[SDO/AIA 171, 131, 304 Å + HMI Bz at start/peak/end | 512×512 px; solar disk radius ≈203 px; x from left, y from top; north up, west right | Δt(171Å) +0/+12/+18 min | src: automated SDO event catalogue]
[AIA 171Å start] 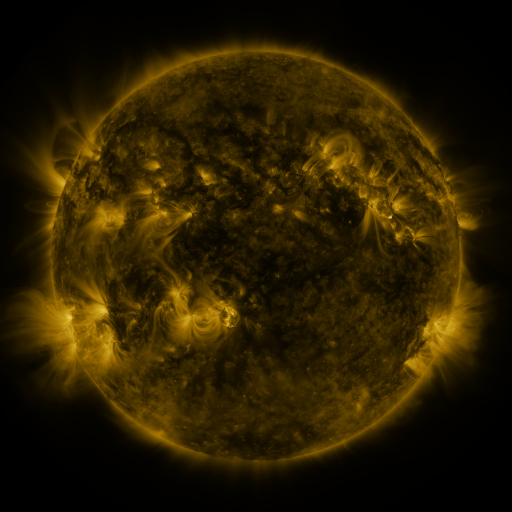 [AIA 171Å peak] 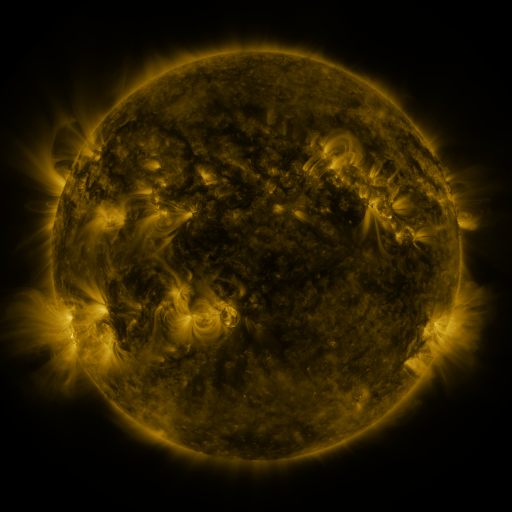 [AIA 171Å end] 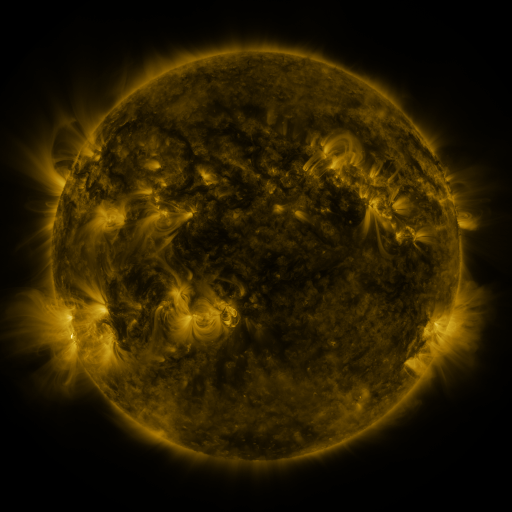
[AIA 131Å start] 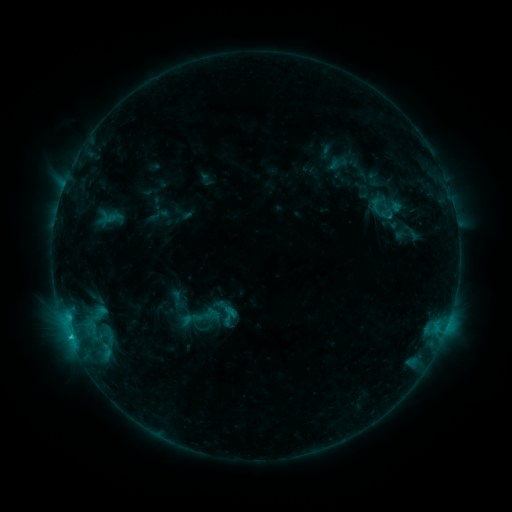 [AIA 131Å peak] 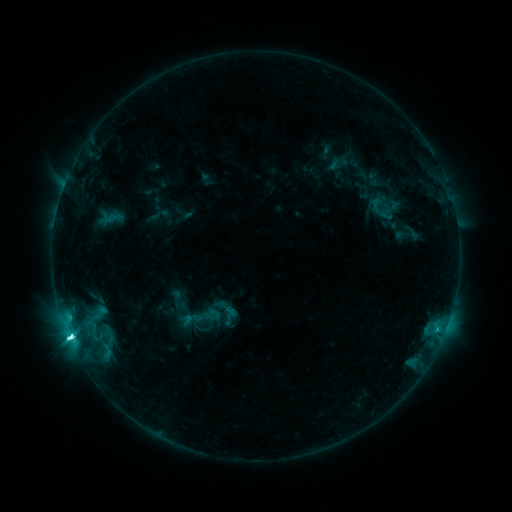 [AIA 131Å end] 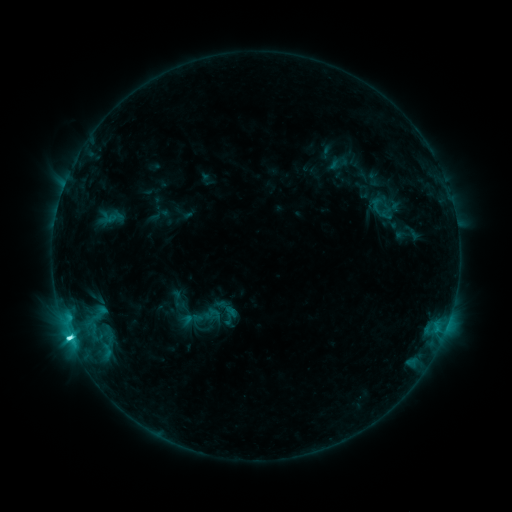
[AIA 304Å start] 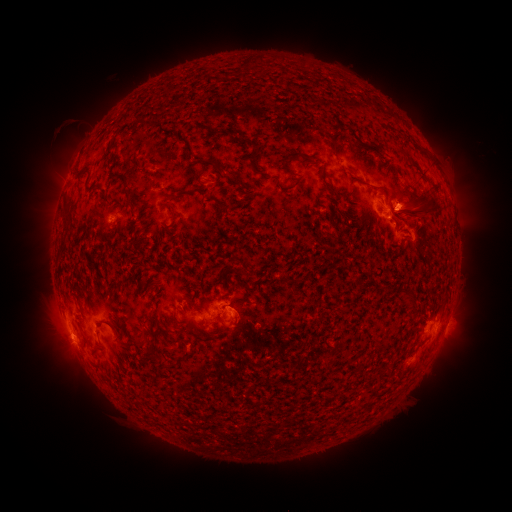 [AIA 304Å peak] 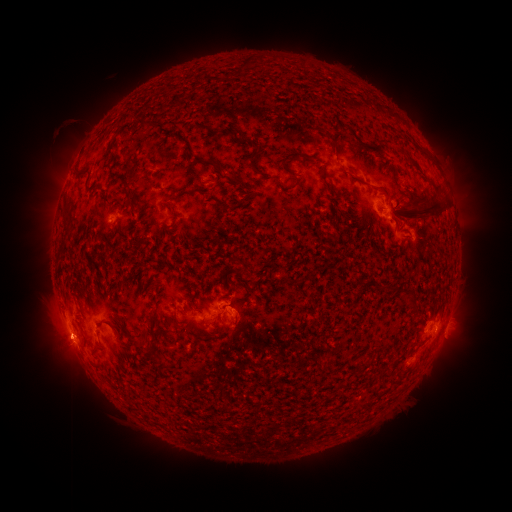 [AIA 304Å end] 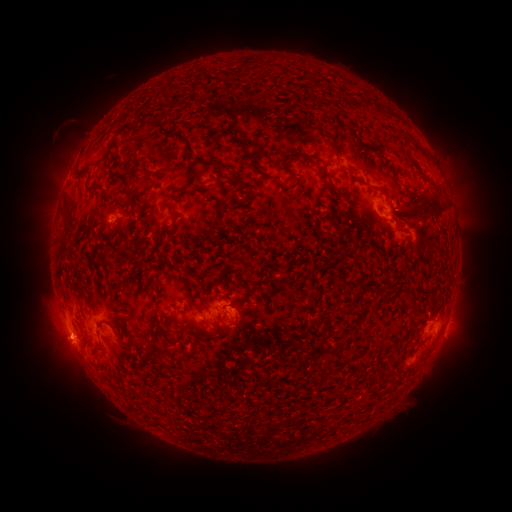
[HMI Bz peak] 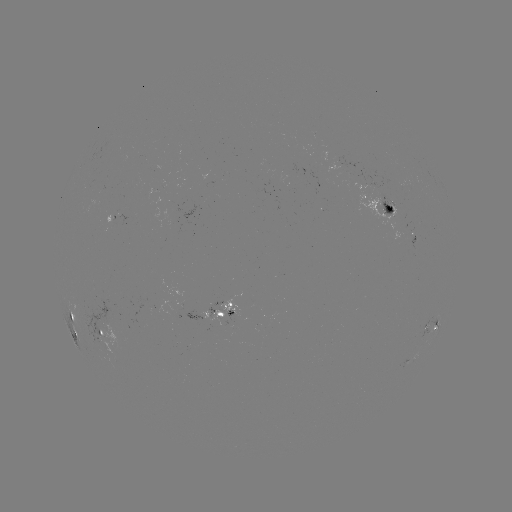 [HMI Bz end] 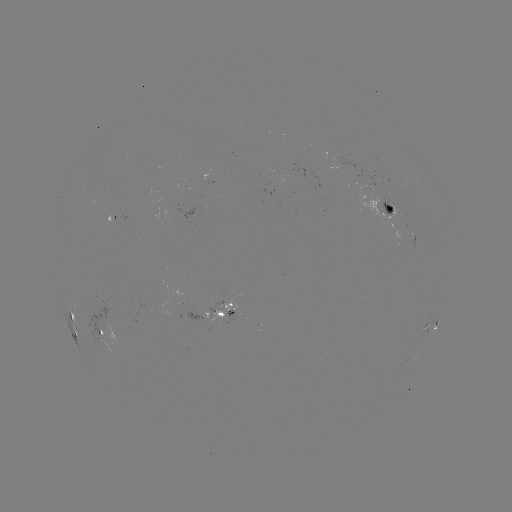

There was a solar flare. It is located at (70, 334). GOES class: C6.2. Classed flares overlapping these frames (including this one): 1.